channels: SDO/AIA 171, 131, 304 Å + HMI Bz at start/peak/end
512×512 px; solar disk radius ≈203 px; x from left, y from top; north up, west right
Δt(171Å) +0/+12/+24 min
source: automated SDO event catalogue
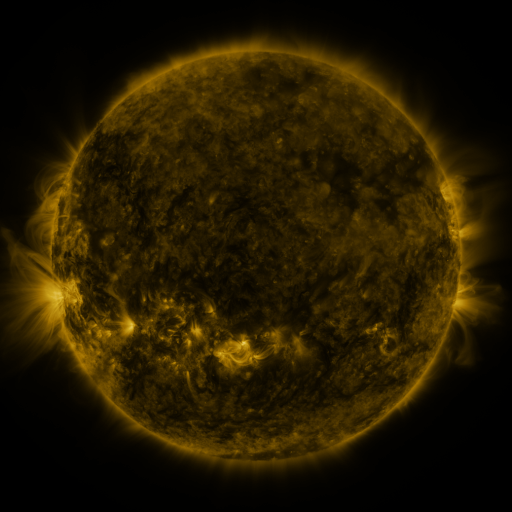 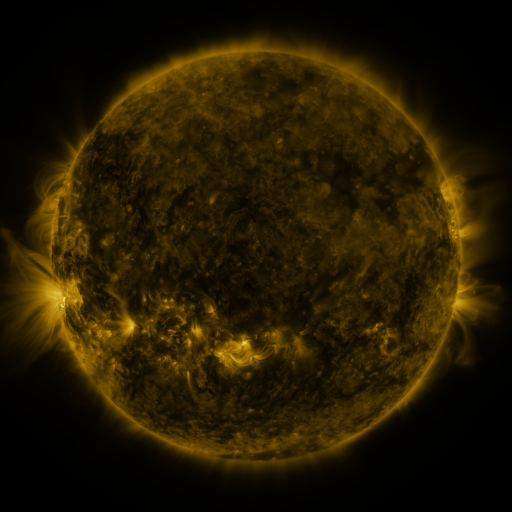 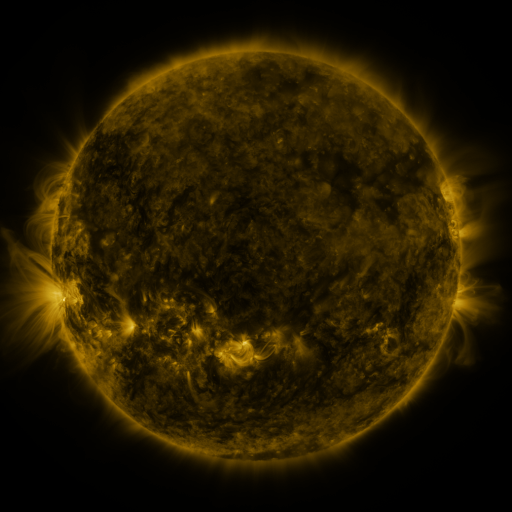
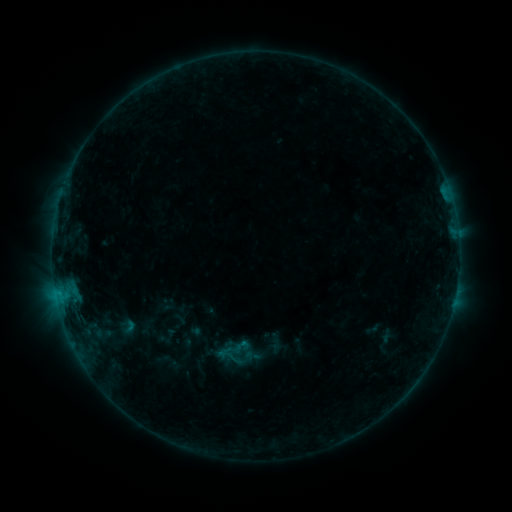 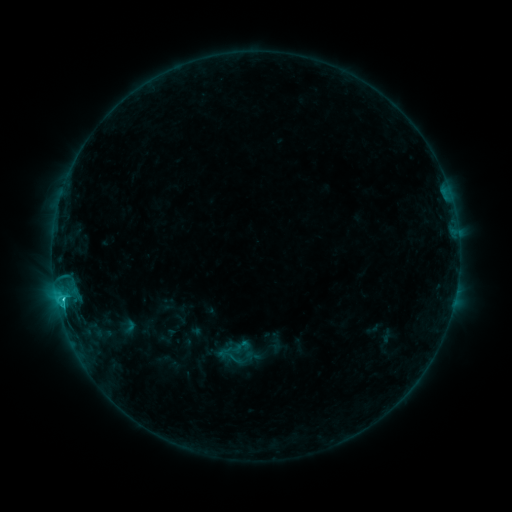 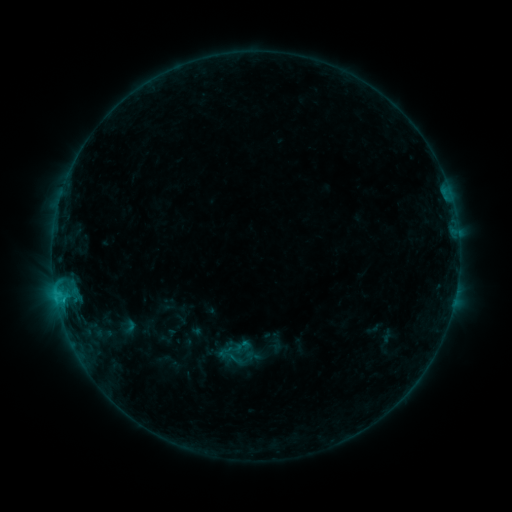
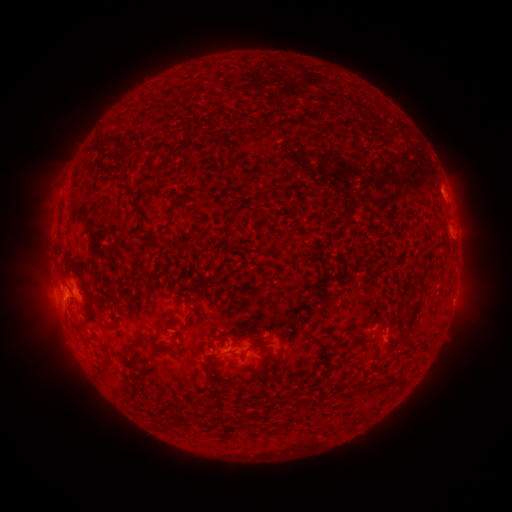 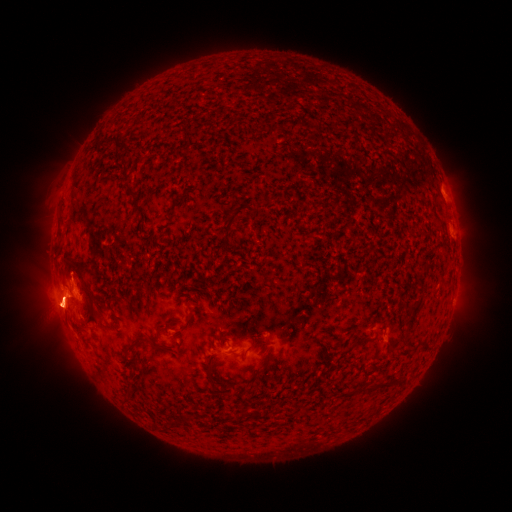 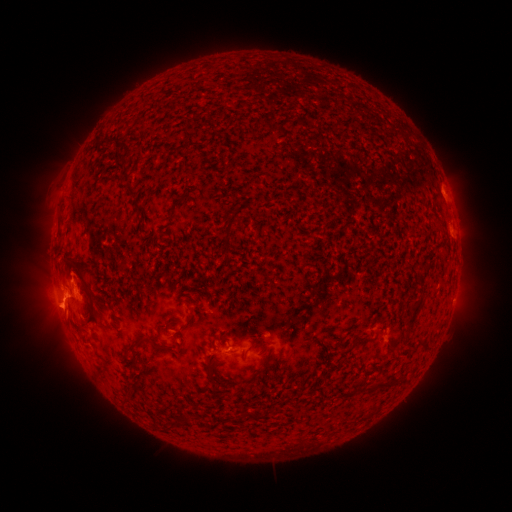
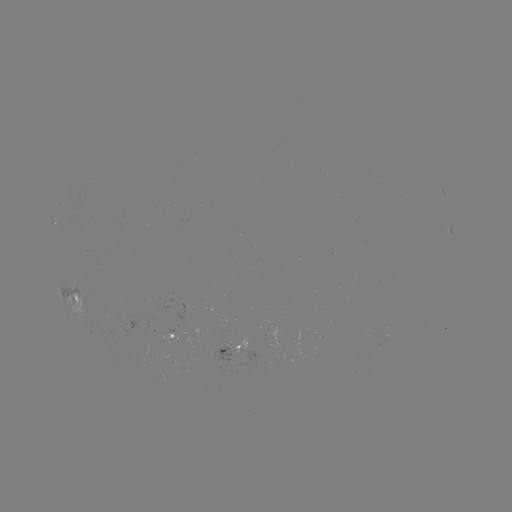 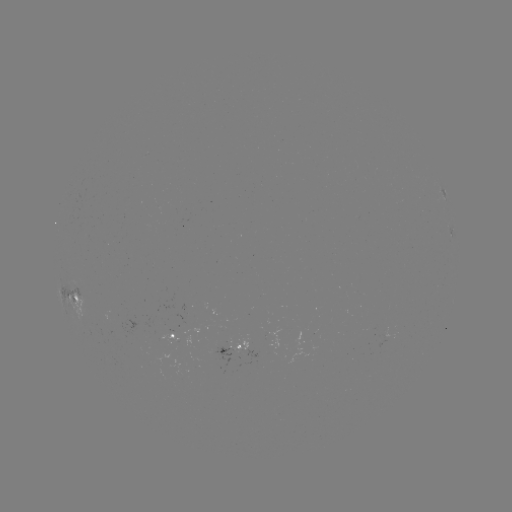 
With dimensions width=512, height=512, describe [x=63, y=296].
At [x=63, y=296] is C1.5 flare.